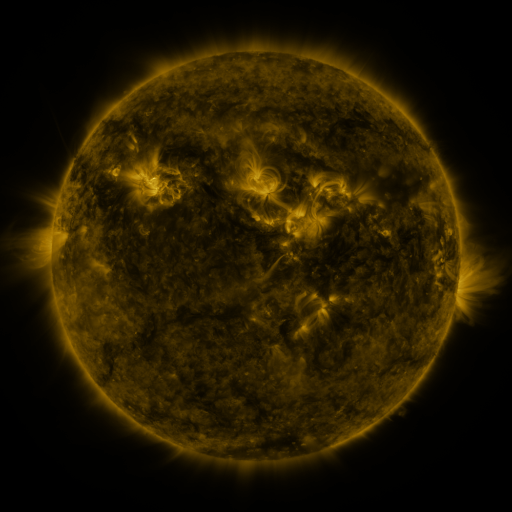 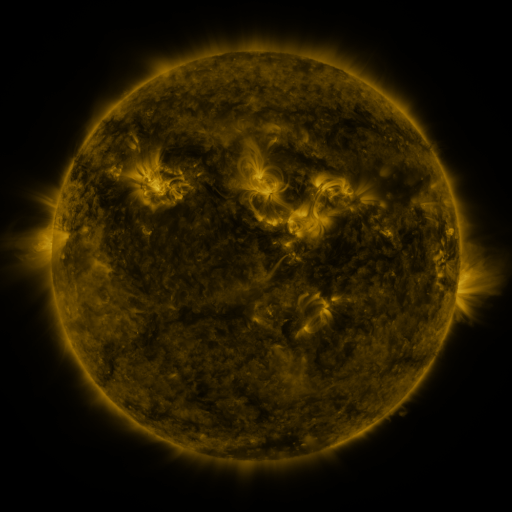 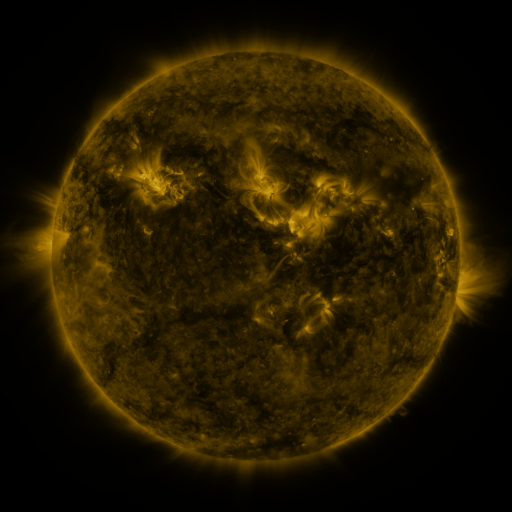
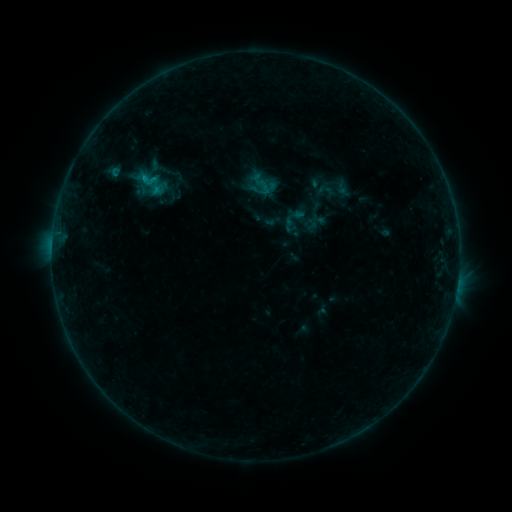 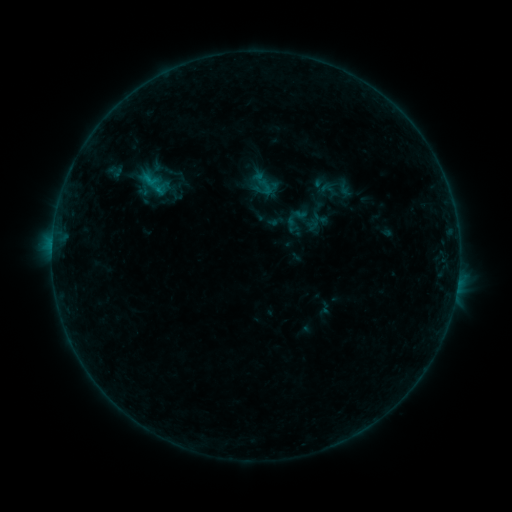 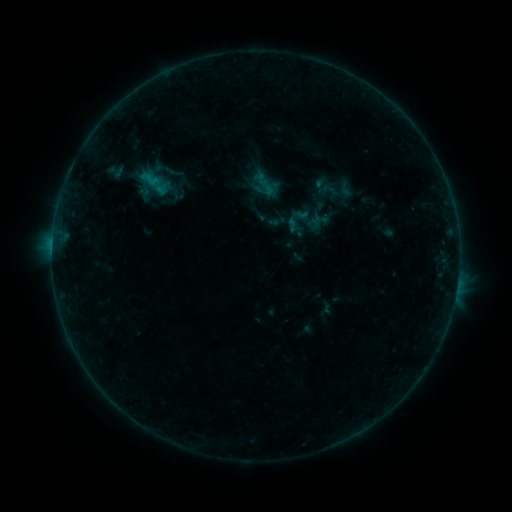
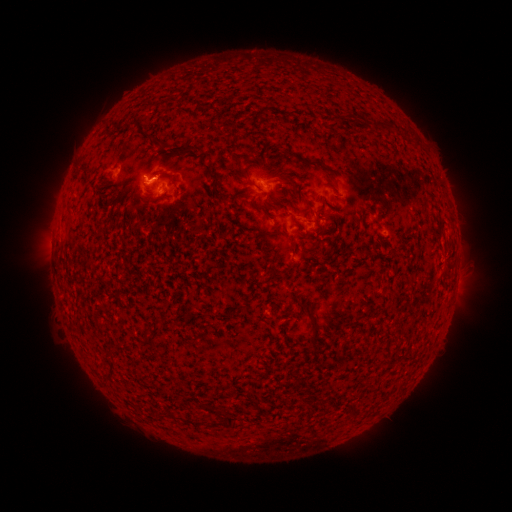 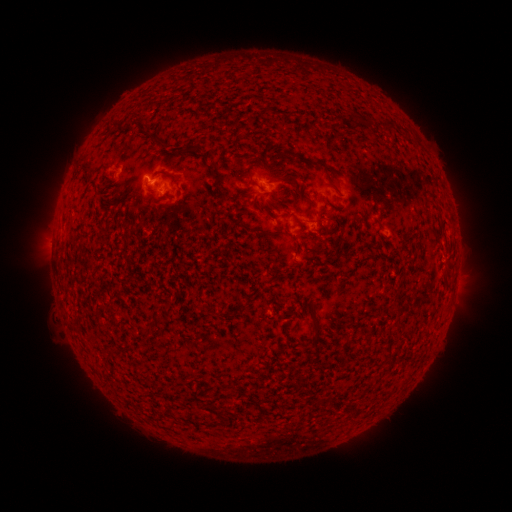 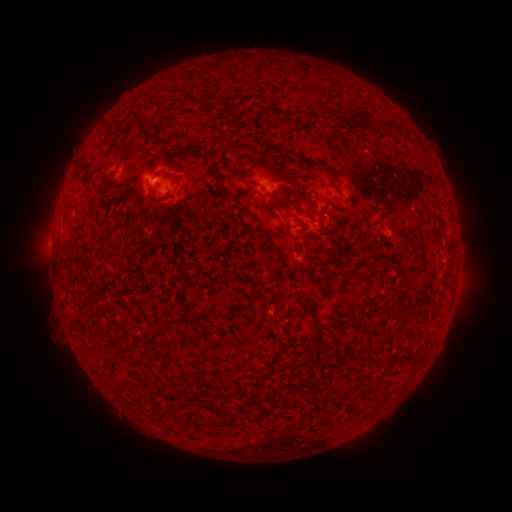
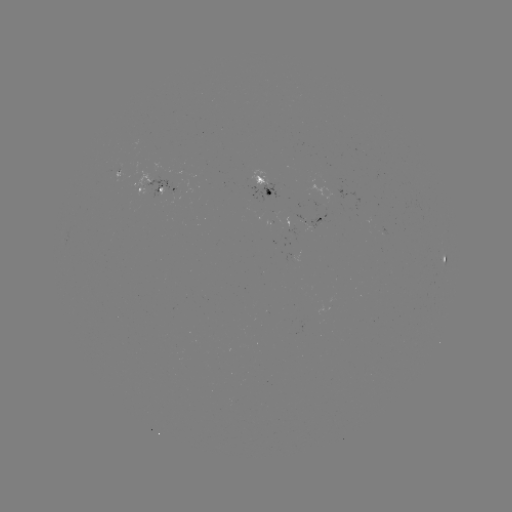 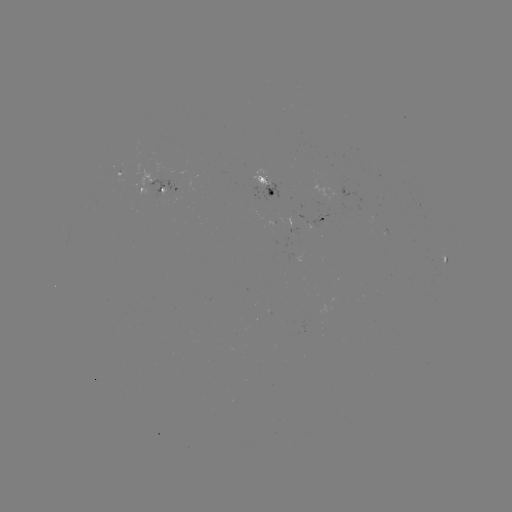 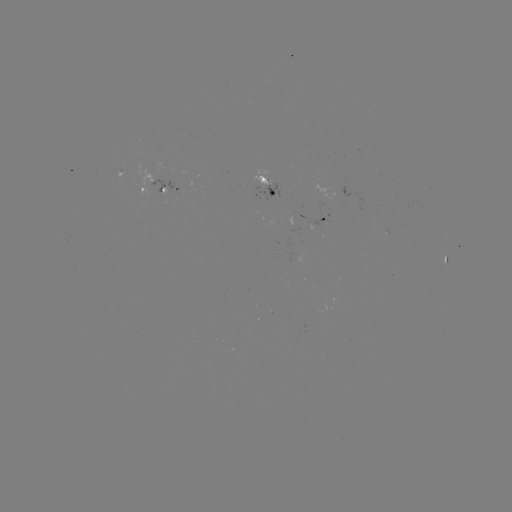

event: emerging-flux region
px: (316, 226)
